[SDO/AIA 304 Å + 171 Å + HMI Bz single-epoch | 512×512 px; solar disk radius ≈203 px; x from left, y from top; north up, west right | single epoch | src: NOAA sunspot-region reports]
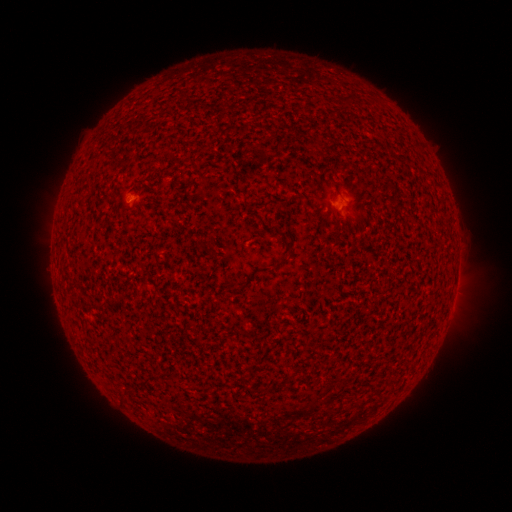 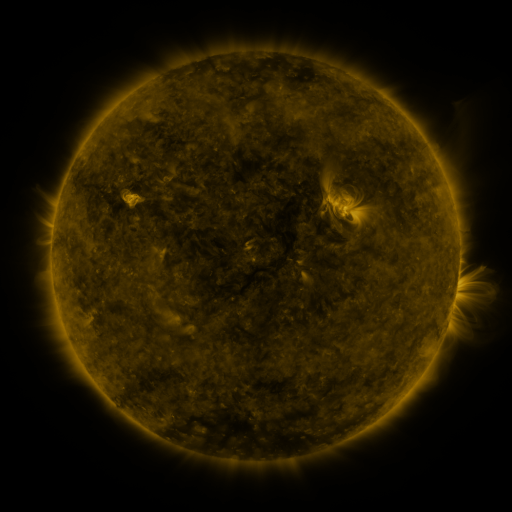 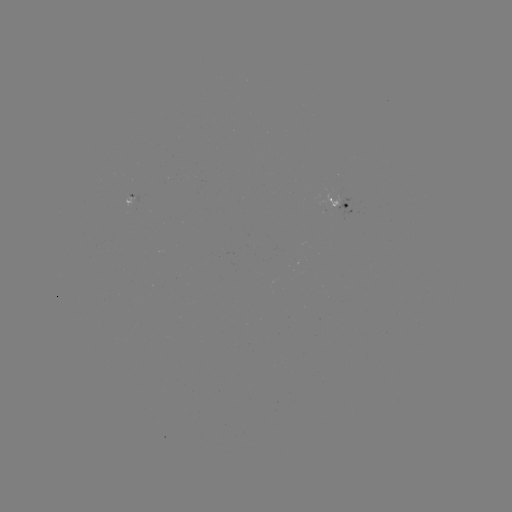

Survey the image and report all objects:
spotted active region: (136, 199)
spotted active region: (340, 205)
